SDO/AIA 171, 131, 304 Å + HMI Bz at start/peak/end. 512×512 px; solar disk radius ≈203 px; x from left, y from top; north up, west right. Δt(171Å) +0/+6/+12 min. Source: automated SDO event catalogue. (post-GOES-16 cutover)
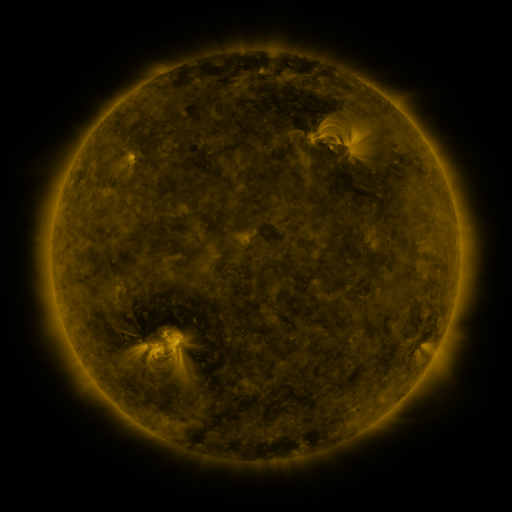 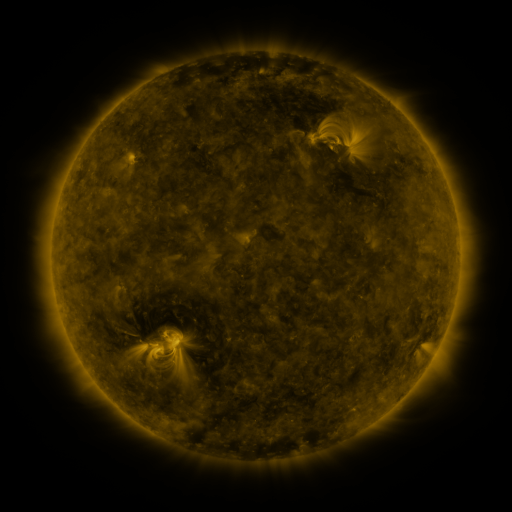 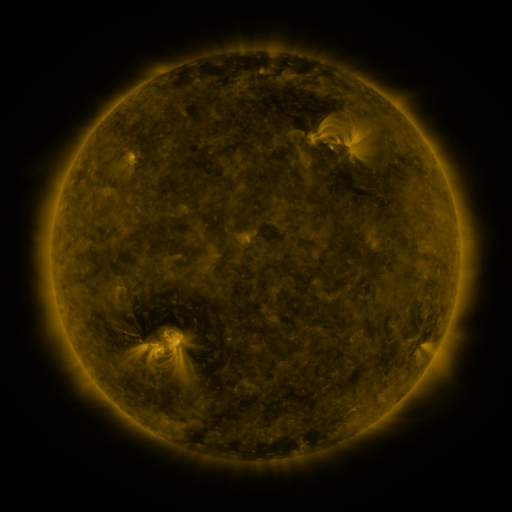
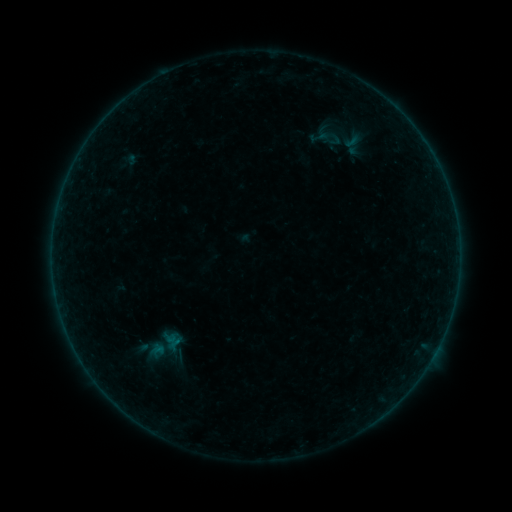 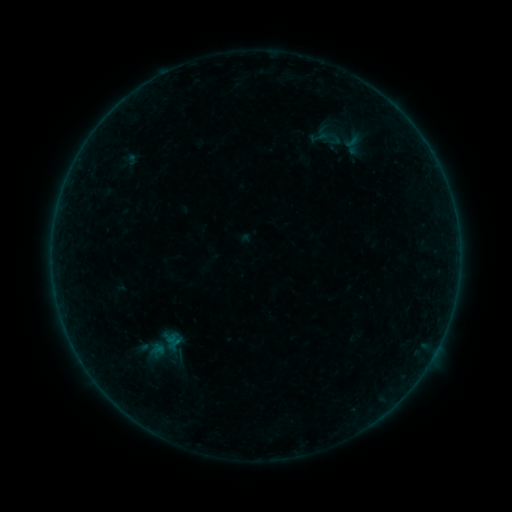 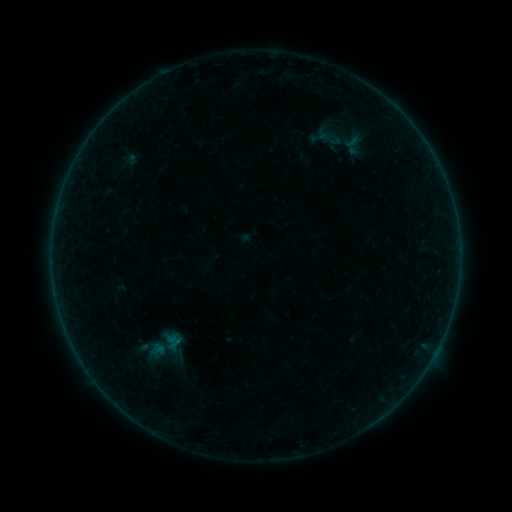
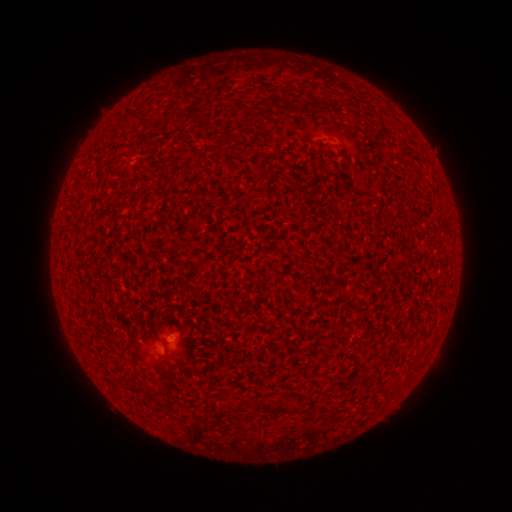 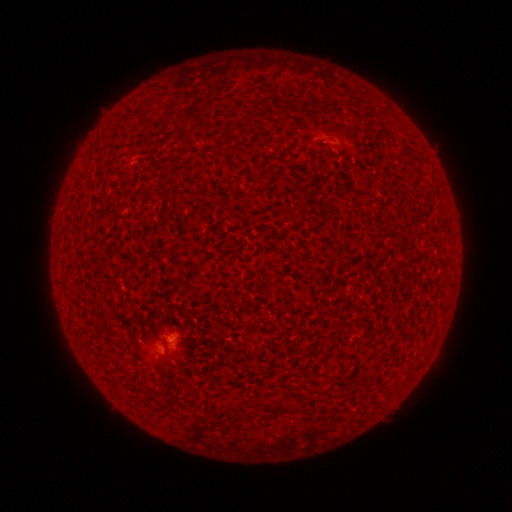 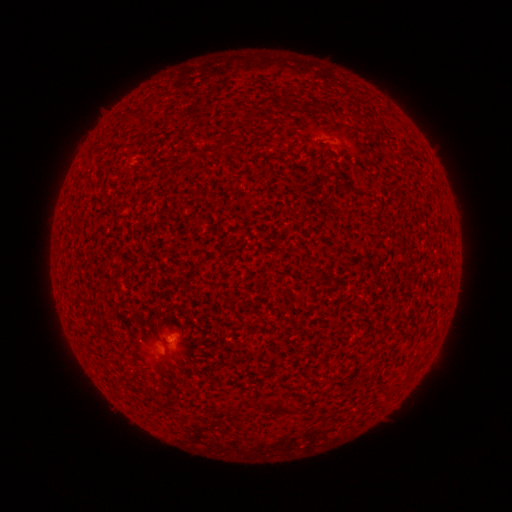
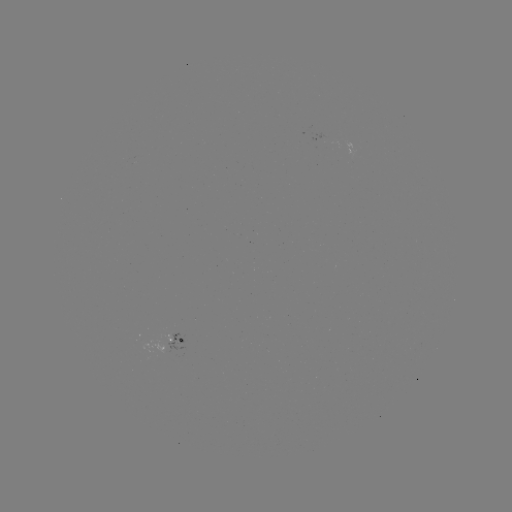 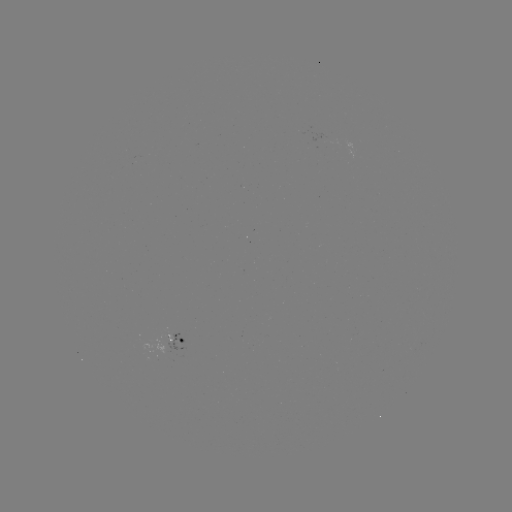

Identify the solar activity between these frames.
A5.6 flare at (173, 336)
